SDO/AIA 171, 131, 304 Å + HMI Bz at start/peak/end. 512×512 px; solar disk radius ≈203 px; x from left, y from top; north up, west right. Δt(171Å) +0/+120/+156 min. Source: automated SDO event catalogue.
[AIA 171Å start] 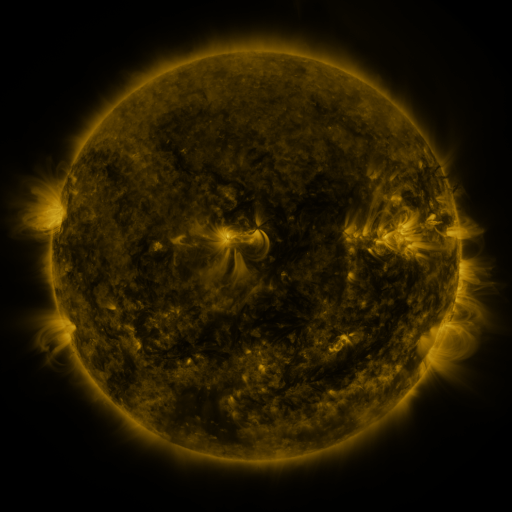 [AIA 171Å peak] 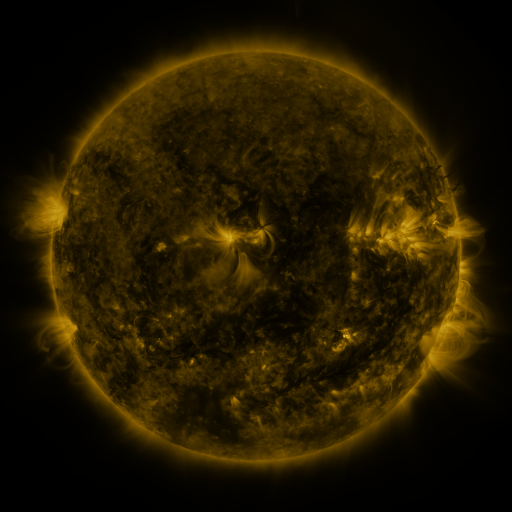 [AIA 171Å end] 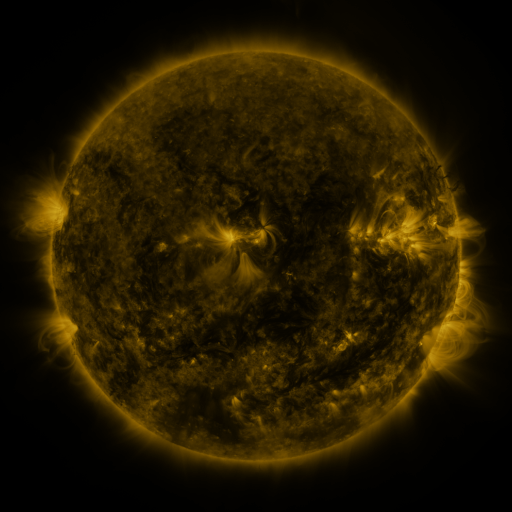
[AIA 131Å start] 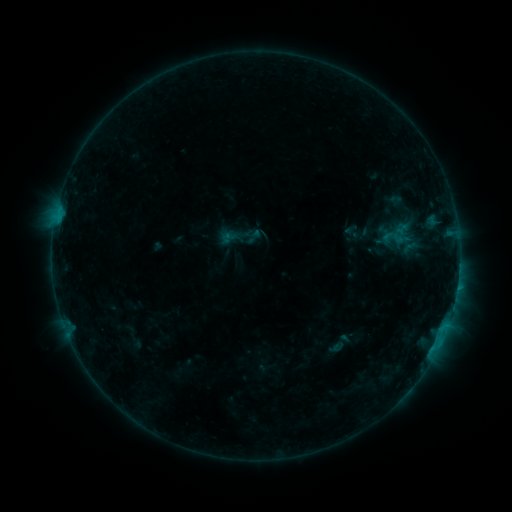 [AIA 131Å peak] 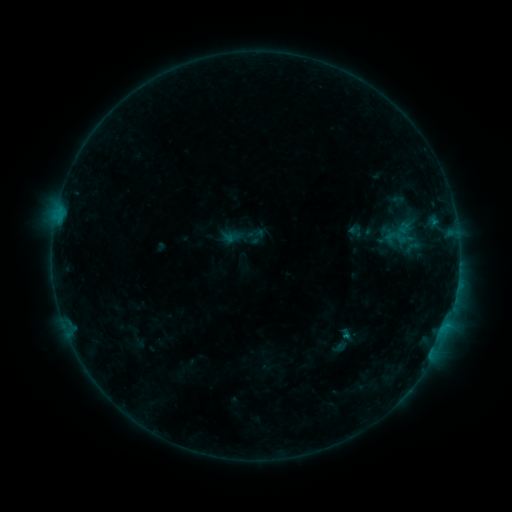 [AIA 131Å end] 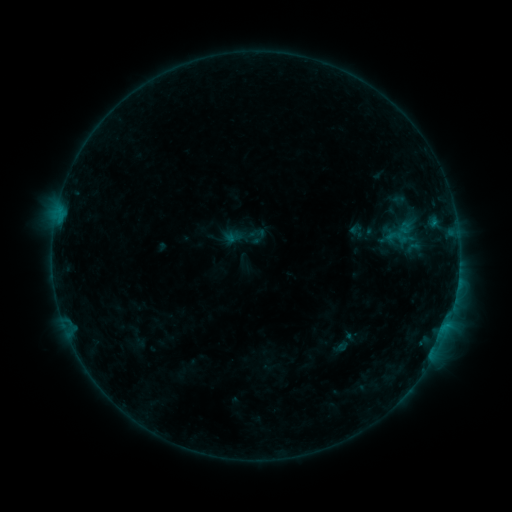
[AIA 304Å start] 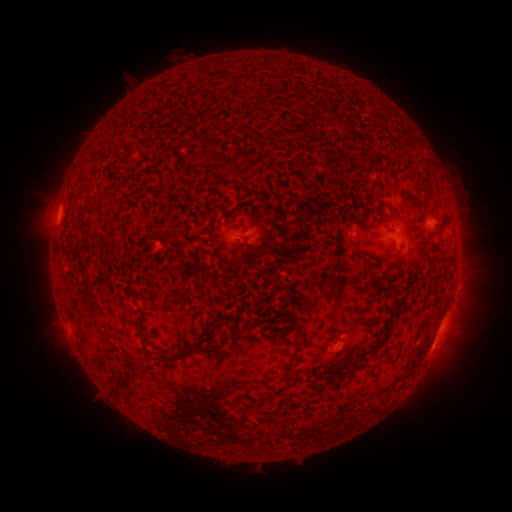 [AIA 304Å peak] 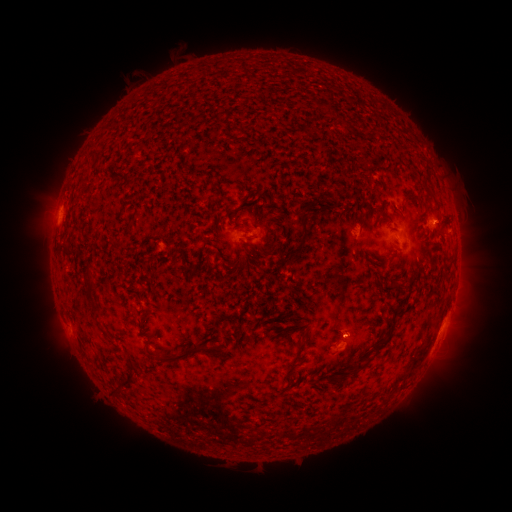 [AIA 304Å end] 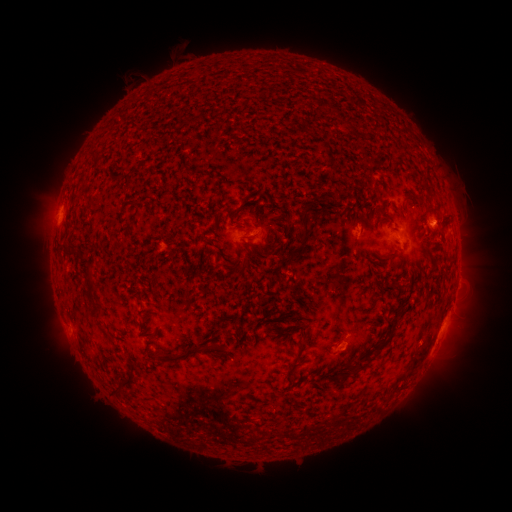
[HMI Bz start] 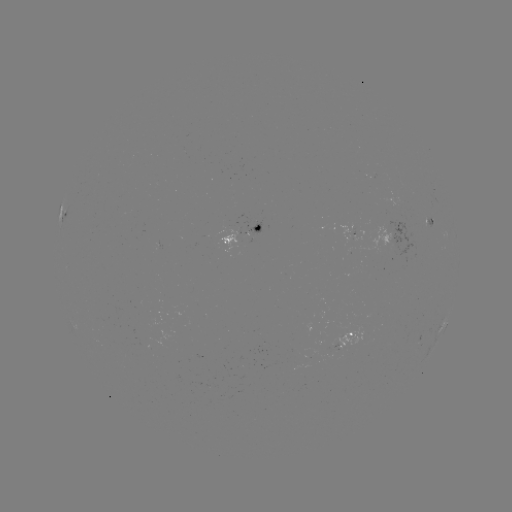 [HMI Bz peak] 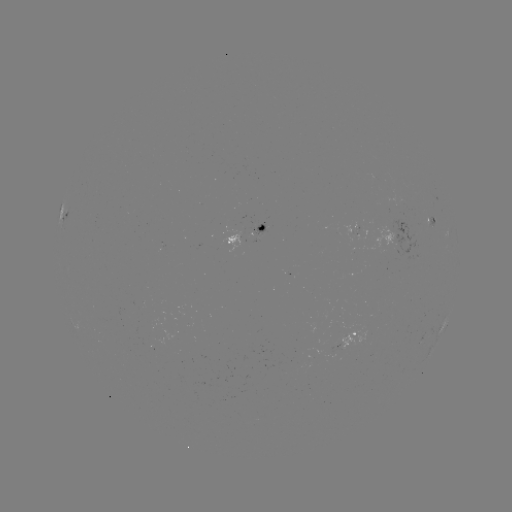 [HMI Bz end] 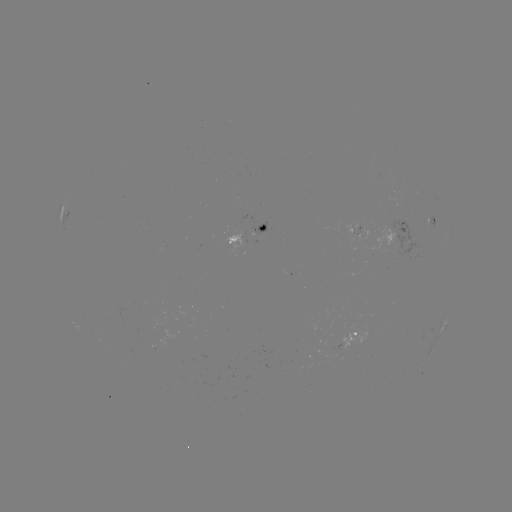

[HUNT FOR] emerging-flux region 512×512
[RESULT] (251, 221)